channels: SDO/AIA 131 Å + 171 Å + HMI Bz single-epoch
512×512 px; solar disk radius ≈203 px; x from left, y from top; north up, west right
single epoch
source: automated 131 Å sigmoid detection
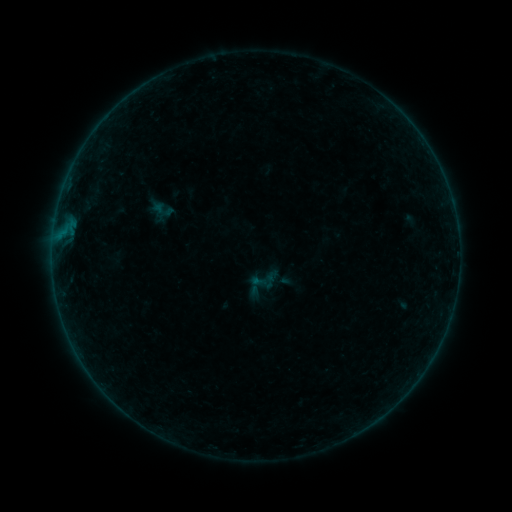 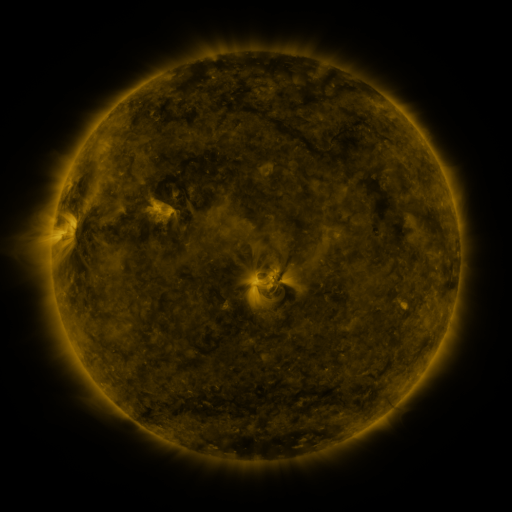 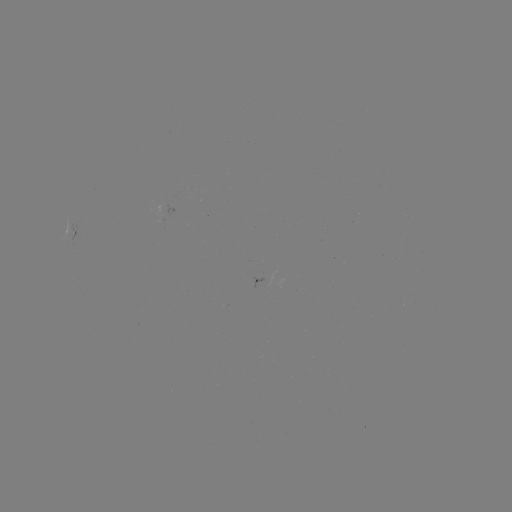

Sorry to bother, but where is sigmoid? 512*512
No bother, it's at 161,210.